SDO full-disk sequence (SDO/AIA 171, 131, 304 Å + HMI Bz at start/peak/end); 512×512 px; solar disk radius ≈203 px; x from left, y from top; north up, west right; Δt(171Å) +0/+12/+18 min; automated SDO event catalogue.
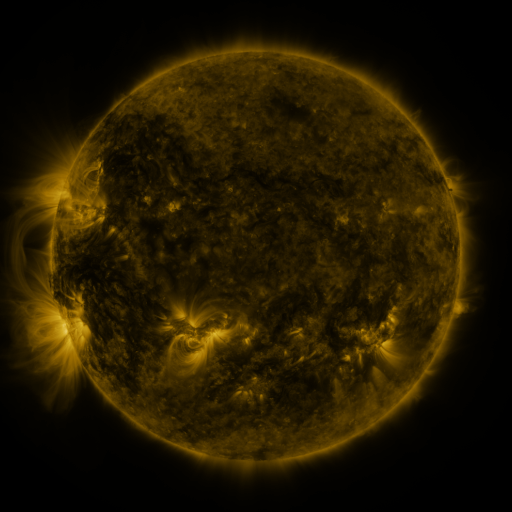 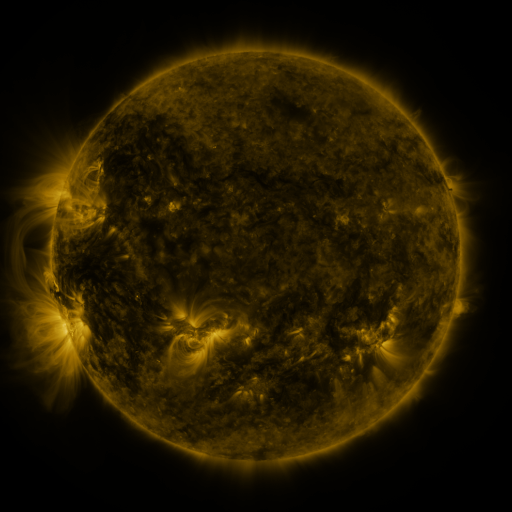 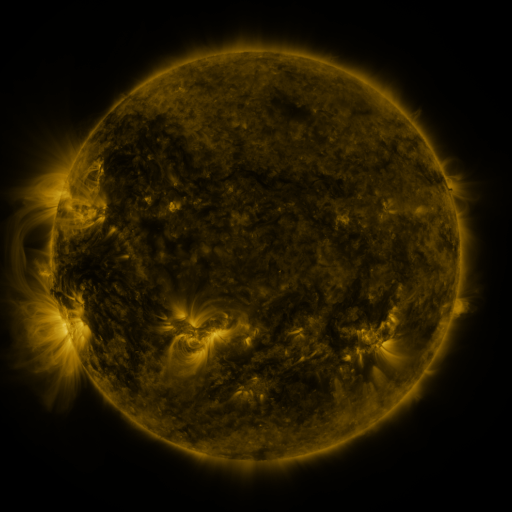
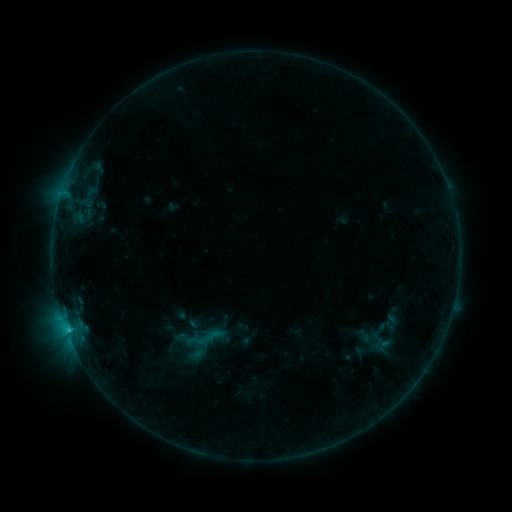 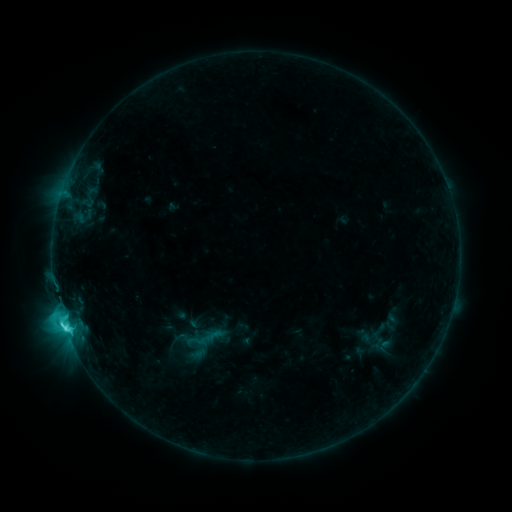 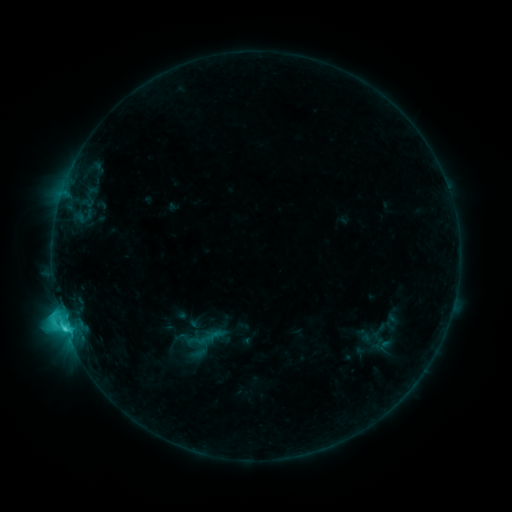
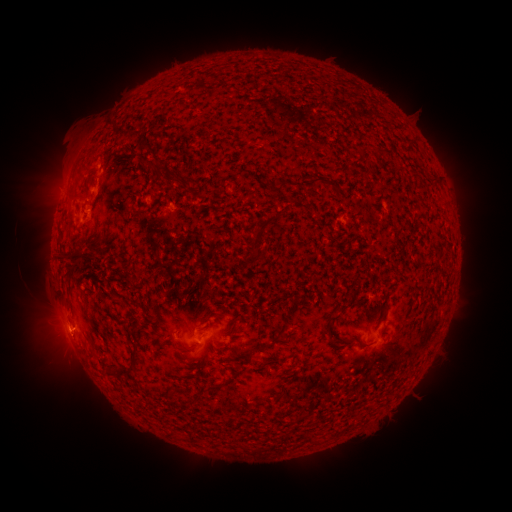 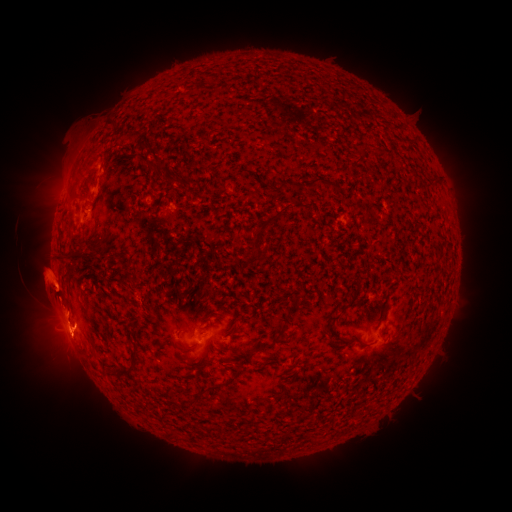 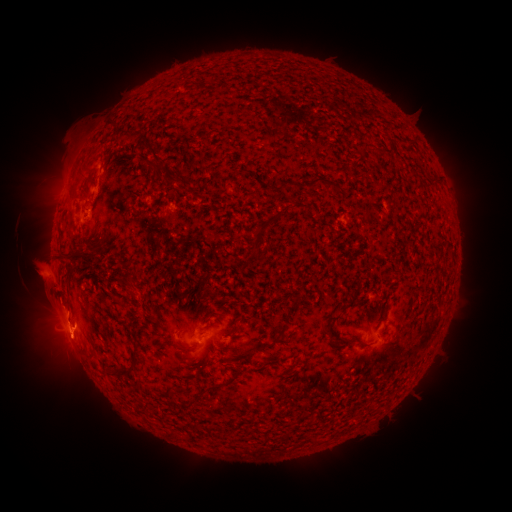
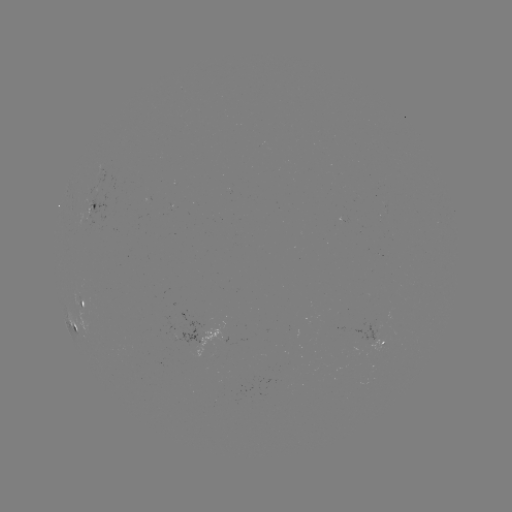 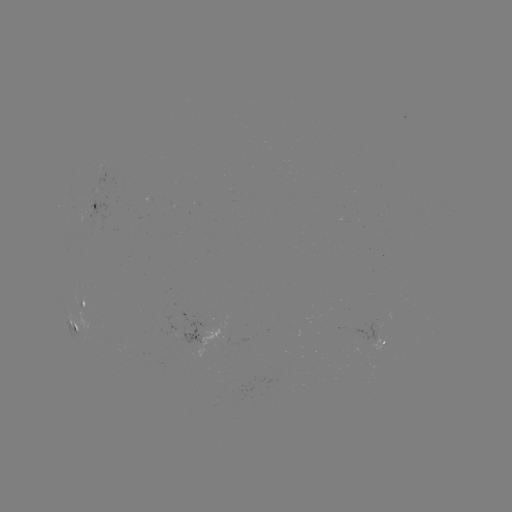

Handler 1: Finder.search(eruption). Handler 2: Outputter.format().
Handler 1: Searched eruption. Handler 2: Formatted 44,280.